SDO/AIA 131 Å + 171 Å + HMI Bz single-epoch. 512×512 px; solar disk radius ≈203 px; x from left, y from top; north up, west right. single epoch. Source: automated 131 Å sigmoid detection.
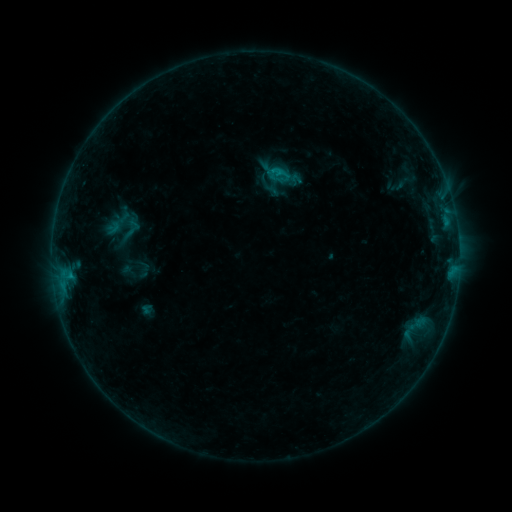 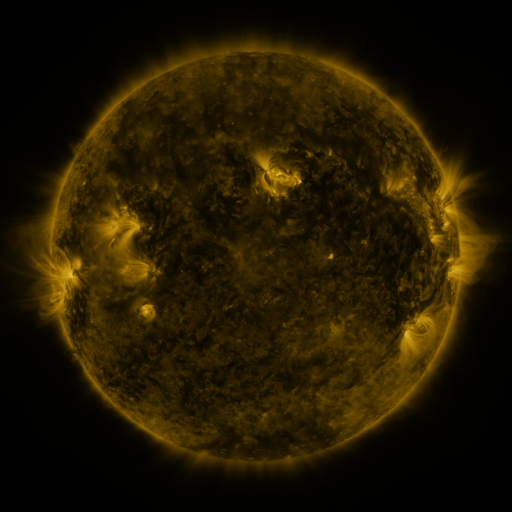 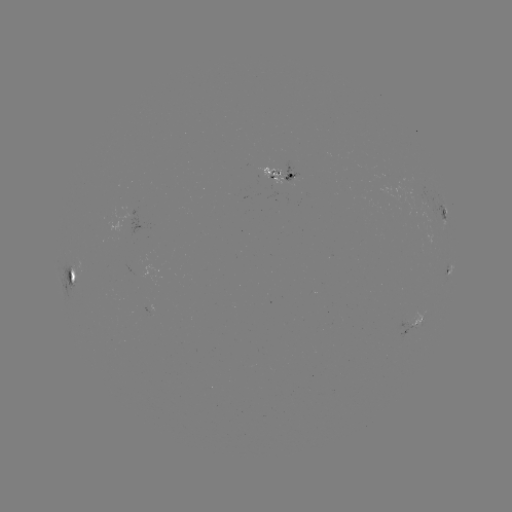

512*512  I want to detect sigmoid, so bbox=[122, 218, 143, 239].